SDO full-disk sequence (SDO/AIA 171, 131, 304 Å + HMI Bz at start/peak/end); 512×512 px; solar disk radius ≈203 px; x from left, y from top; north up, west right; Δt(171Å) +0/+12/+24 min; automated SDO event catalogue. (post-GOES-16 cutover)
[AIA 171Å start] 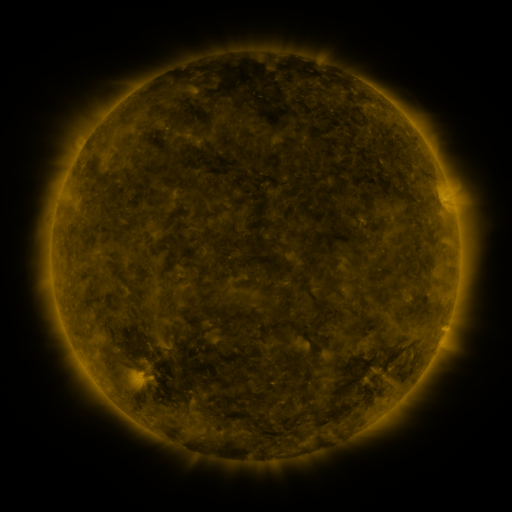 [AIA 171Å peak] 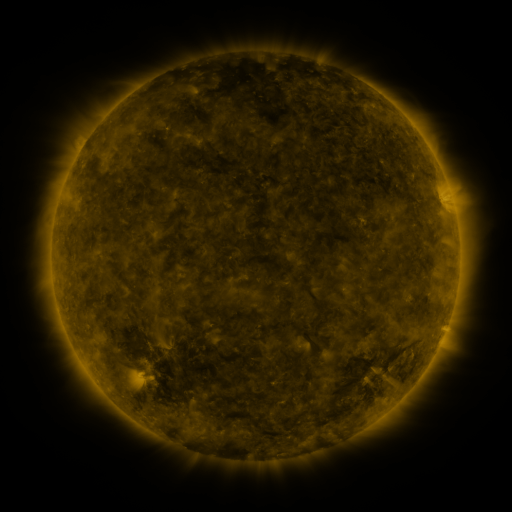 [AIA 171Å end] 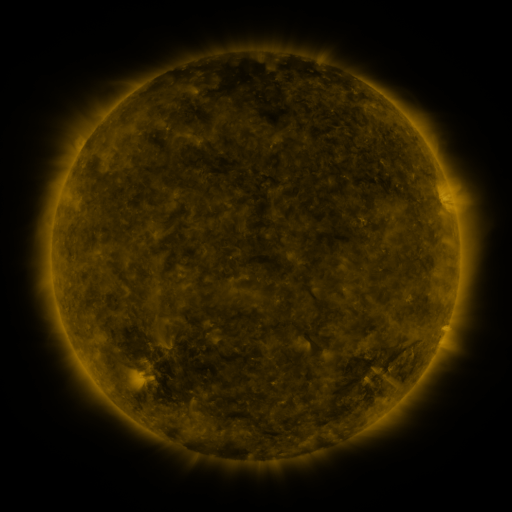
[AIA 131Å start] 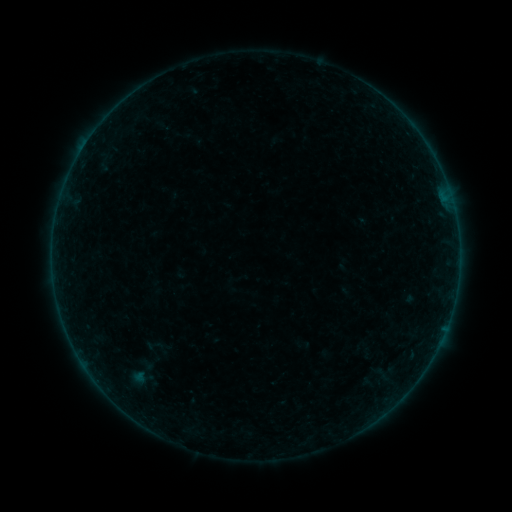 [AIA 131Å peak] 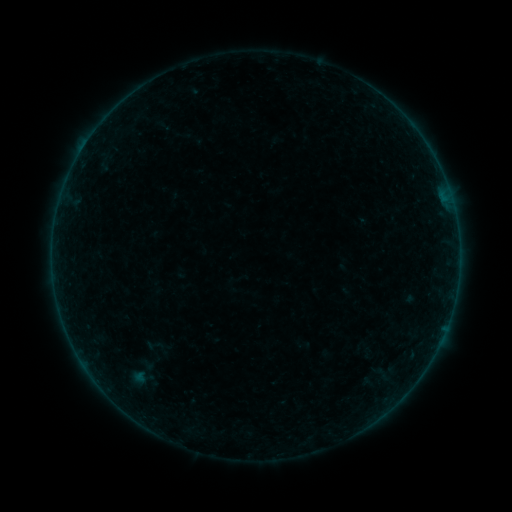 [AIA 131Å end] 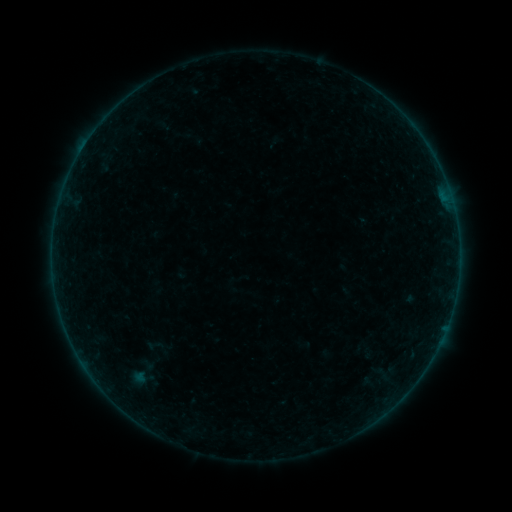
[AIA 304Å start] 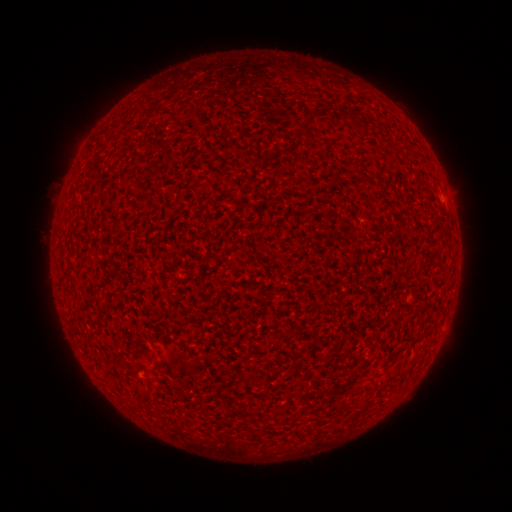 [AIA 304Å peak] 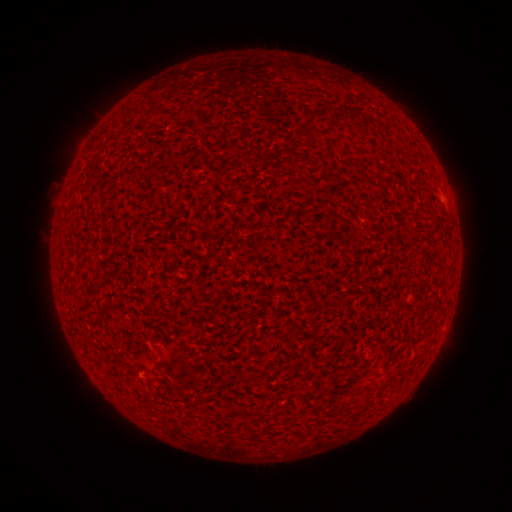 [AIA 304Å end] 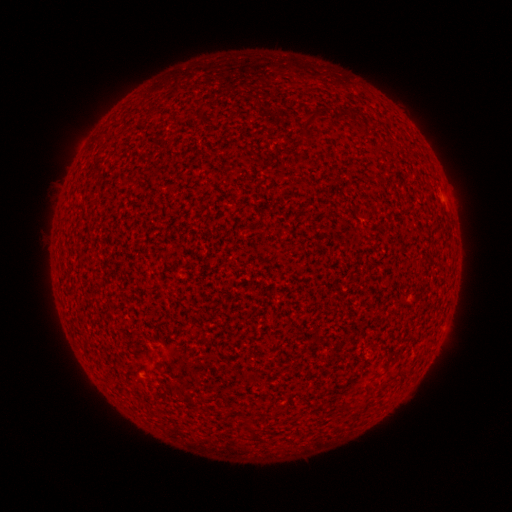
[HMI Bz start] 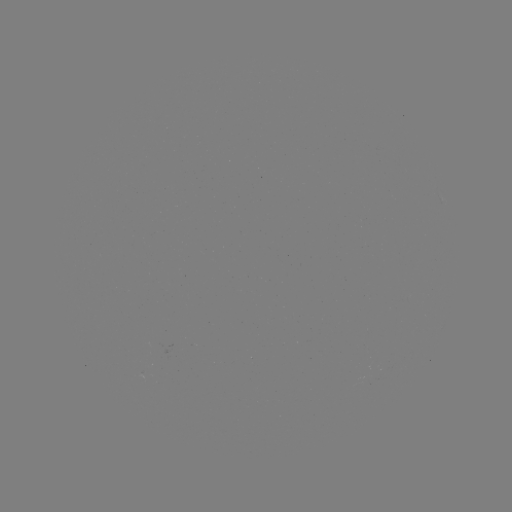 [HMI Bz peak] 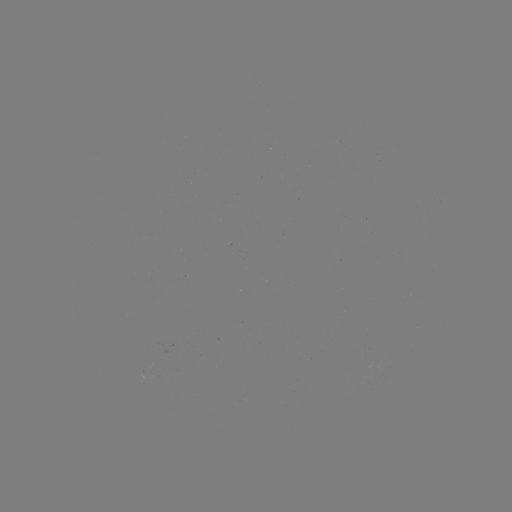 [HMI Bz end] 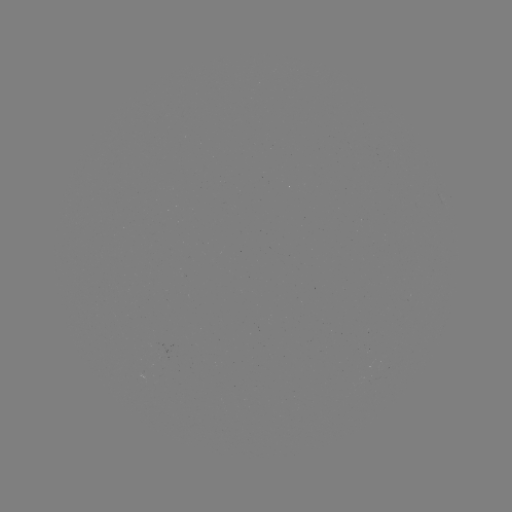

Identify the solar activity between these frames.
A1.5 flare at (441, 200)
